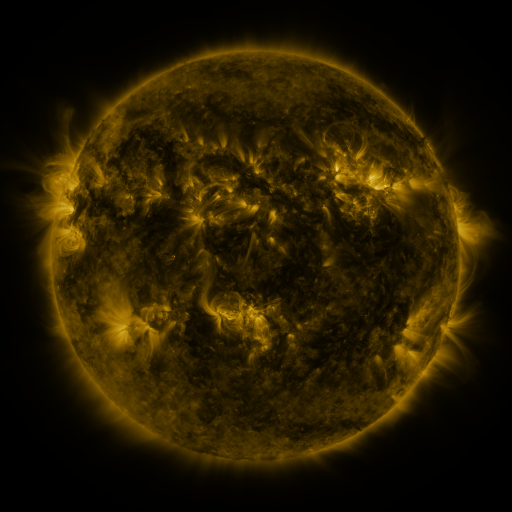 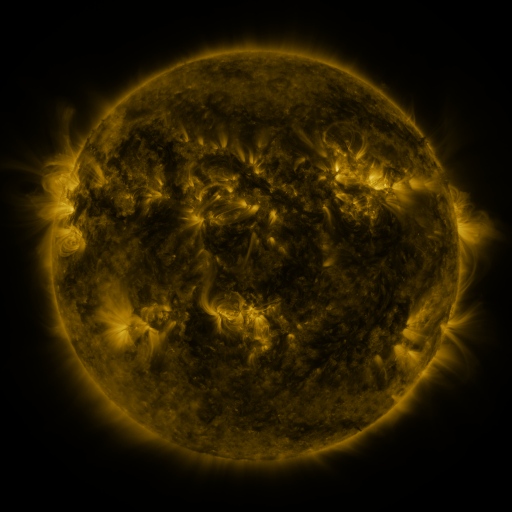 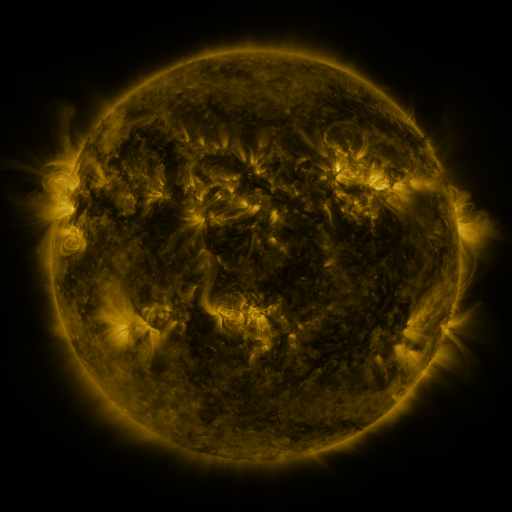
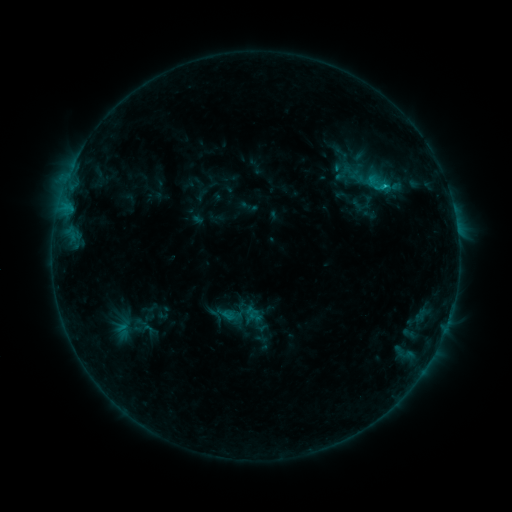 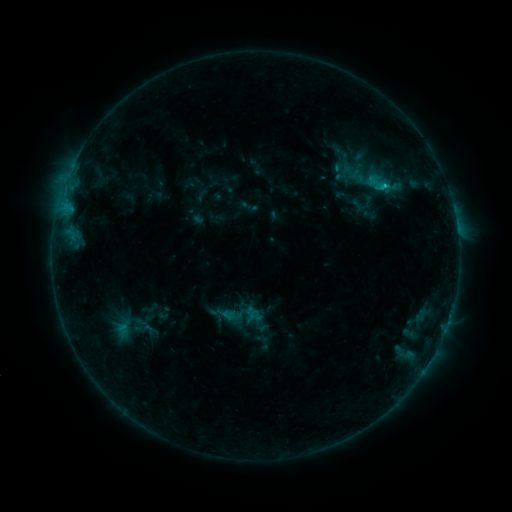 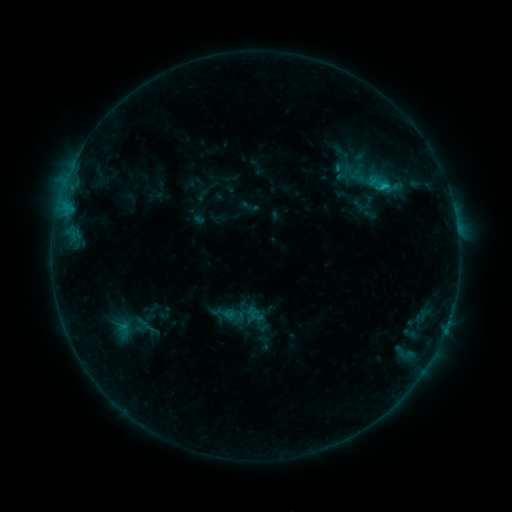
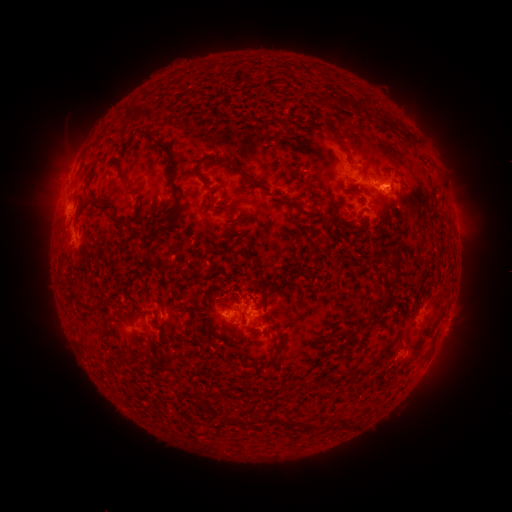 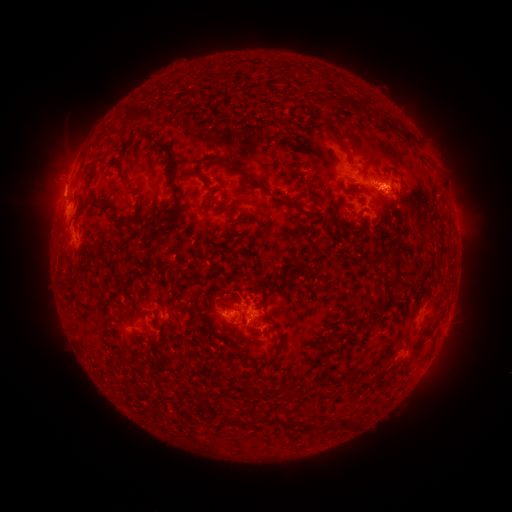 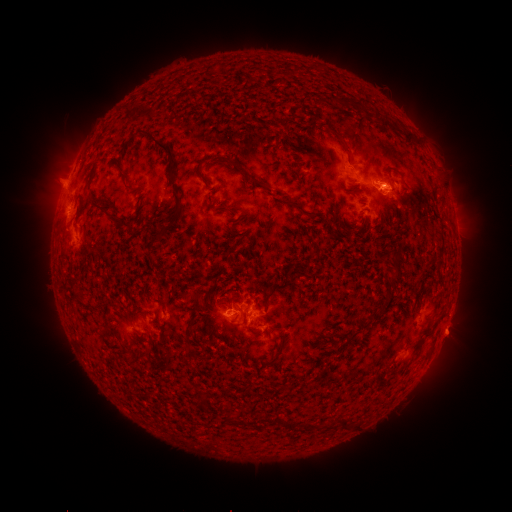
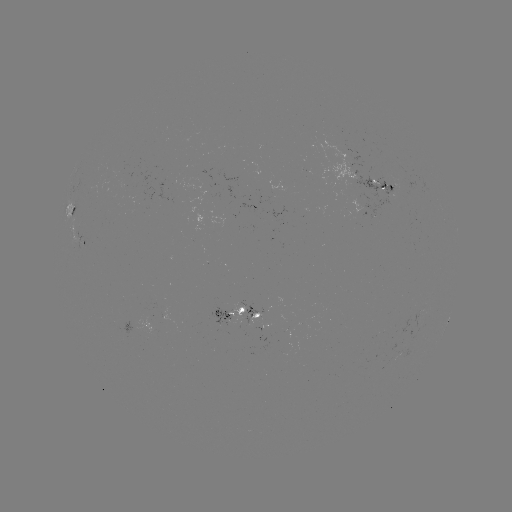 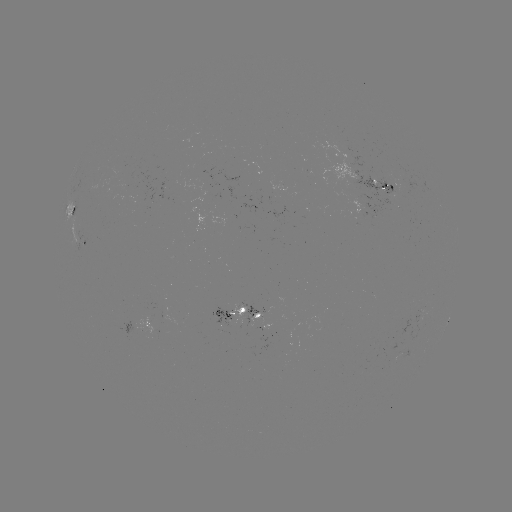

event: flare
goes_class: C1.2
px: (383, 189)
